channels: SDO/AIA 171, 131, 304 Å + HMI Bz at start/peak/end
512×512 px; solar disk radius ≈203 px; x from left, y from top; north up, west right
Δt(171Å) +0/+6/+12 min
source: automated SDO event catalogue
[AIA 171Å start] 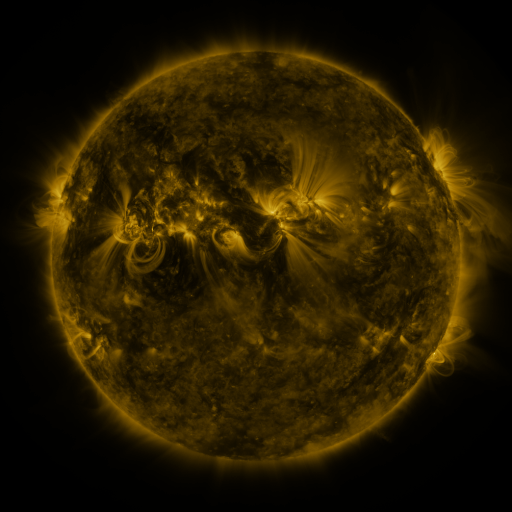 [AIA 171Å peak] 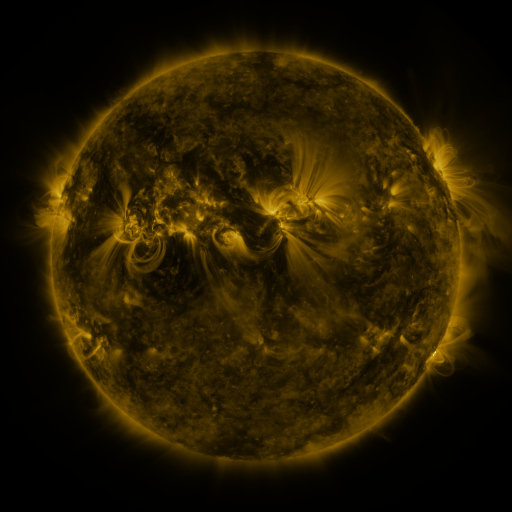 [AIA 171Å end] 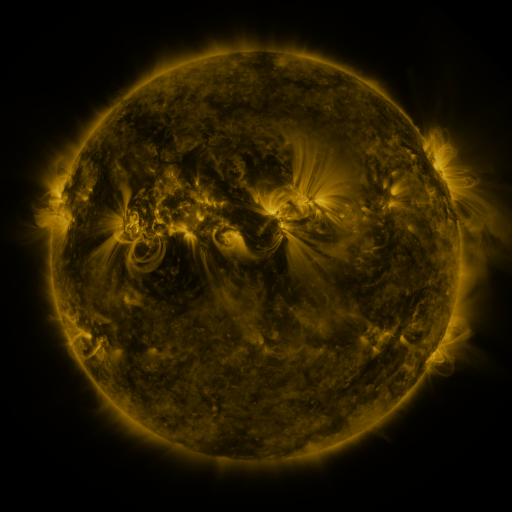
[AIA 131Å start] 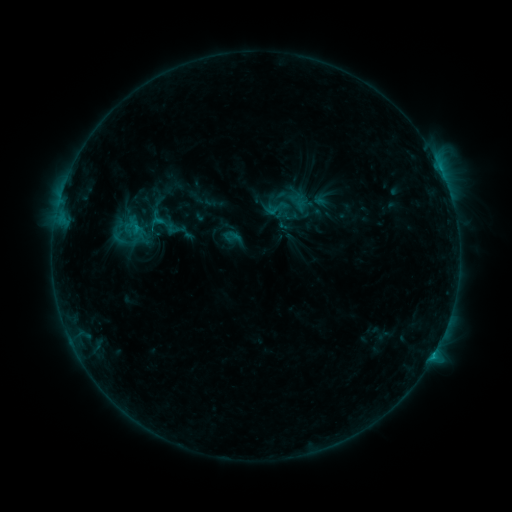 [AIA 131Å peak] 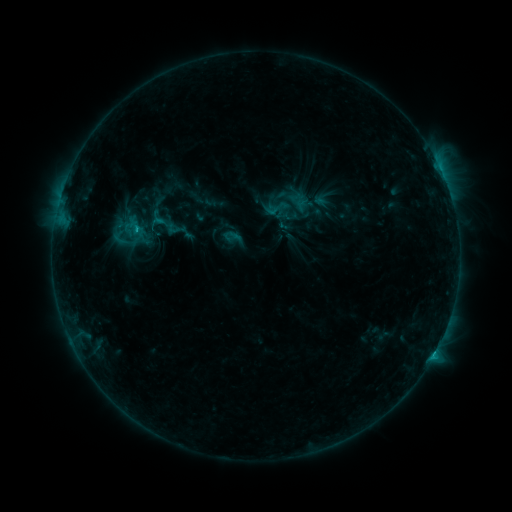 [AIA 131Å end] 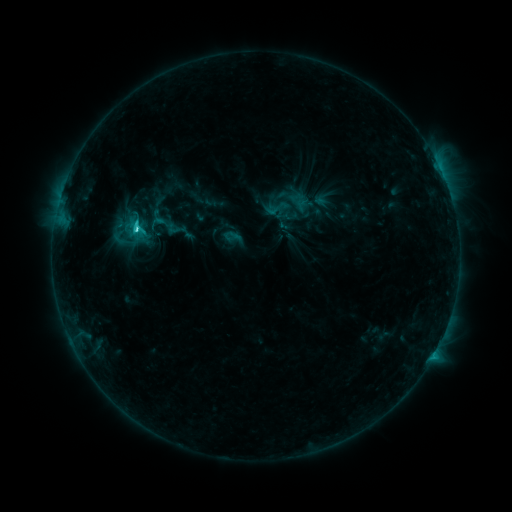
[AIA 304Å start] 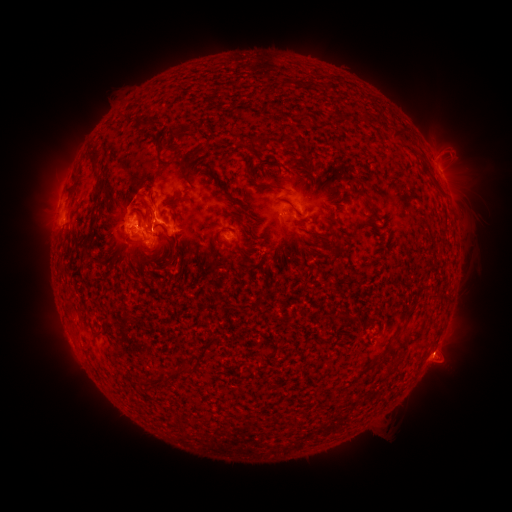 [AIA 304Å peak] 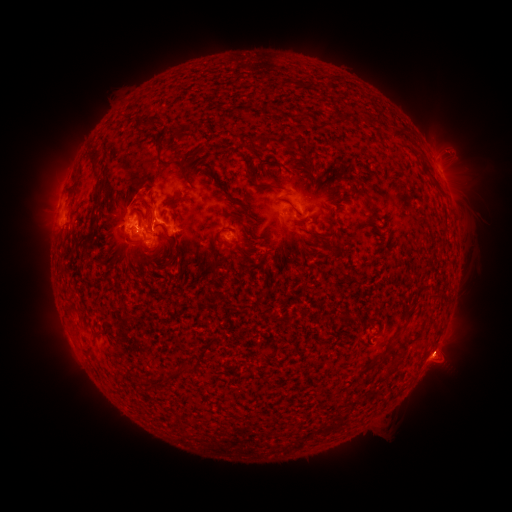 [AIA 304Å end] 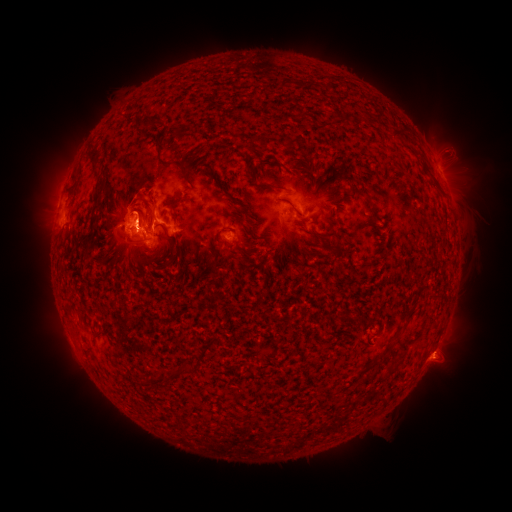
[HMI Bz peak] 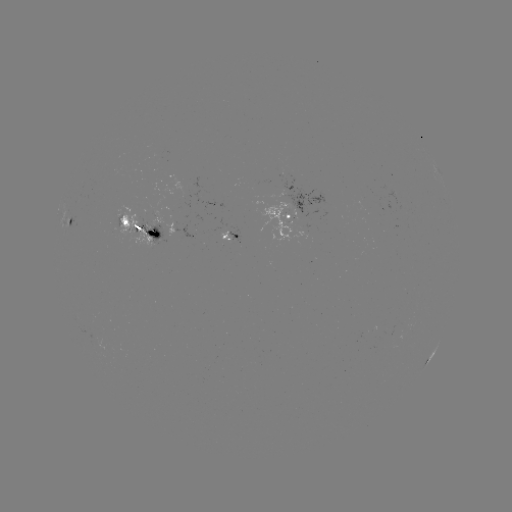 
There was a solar eruption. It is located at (440, 359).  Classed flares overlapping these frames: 1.